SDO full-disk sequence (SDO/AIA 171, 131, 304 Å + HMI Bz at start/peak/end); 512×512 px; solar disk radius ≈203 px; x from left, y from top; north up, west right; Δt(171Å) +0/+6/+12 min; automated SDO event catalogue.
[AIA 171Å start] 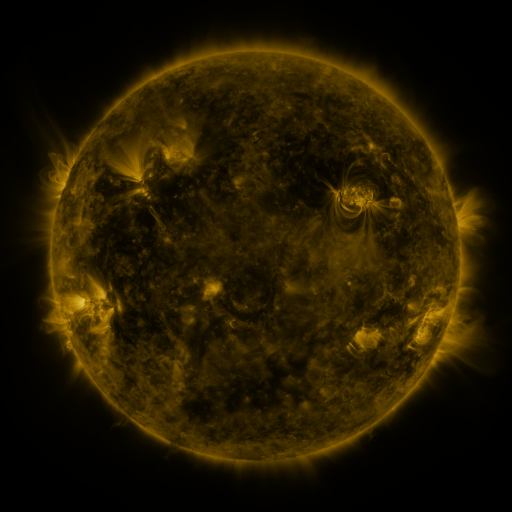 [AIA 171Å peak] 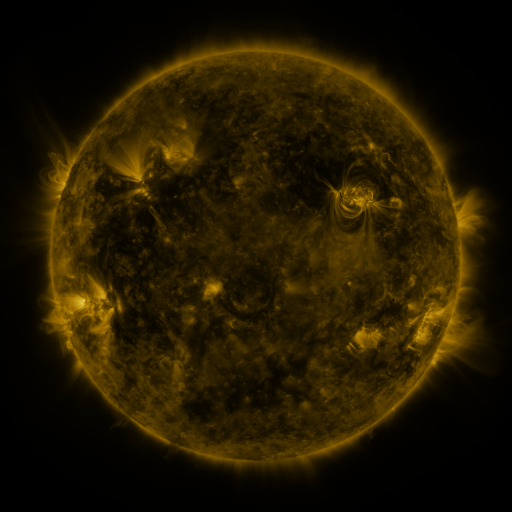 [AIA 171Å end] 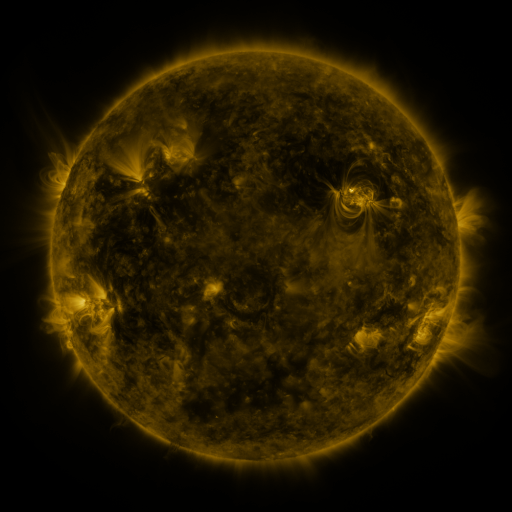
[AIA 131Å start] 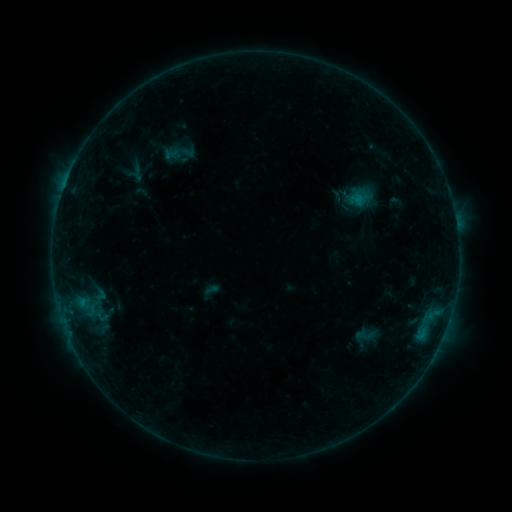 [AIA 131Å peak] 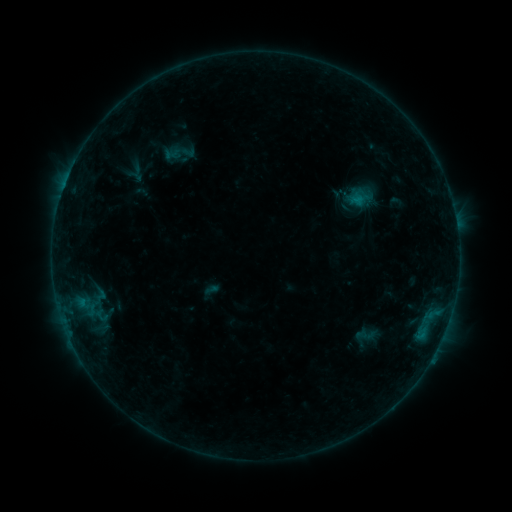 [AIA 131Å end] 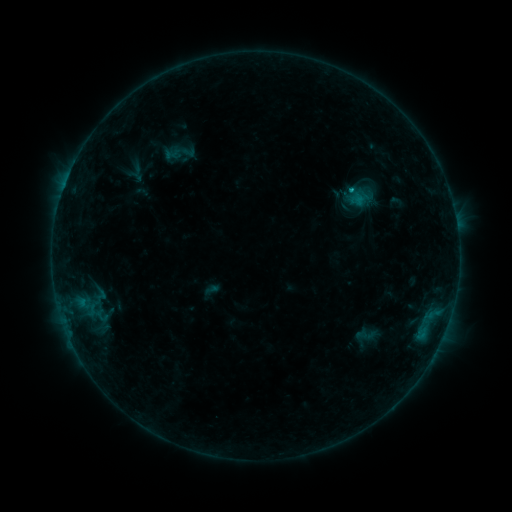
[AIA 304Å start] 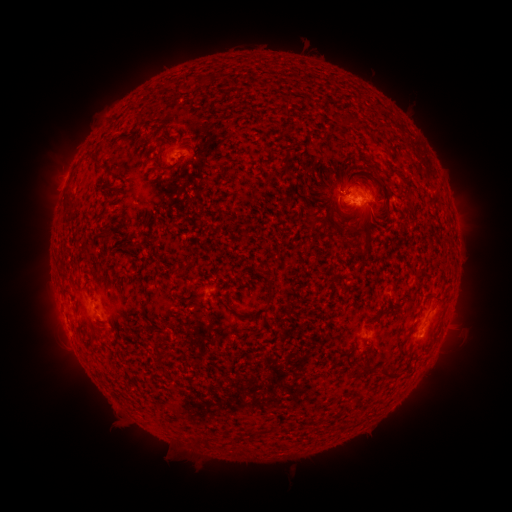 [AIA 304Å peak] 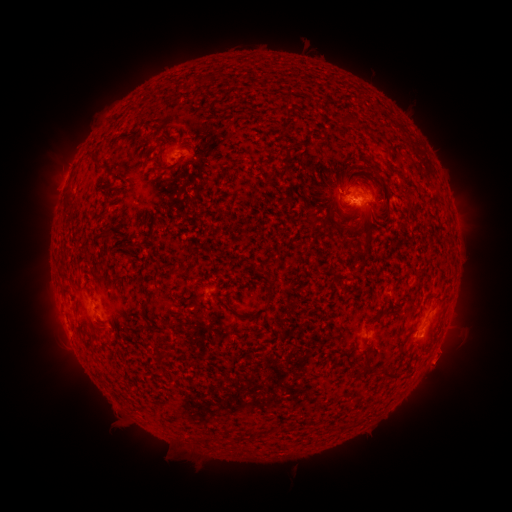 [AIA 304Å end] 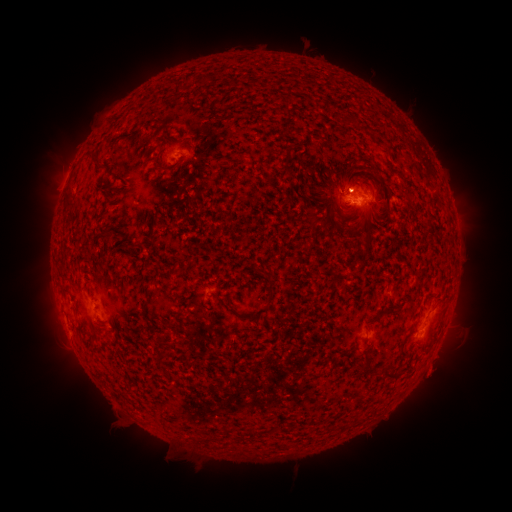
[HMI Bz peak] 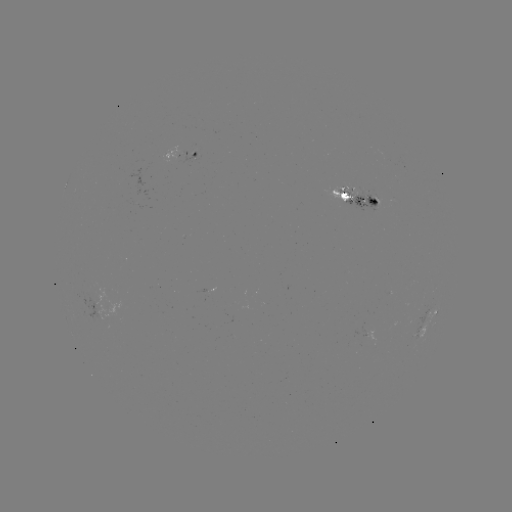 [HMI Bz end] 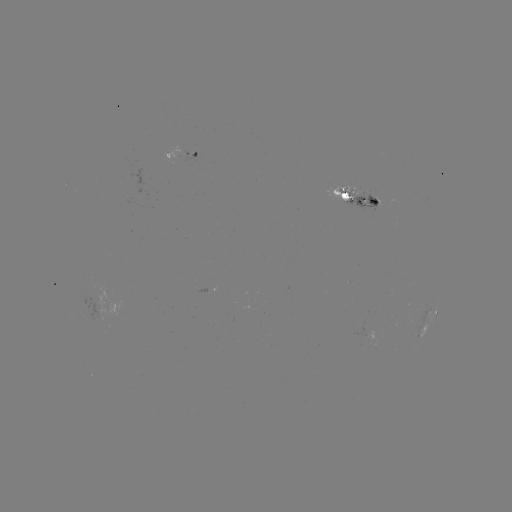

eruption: [410, 332, 472, 396]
